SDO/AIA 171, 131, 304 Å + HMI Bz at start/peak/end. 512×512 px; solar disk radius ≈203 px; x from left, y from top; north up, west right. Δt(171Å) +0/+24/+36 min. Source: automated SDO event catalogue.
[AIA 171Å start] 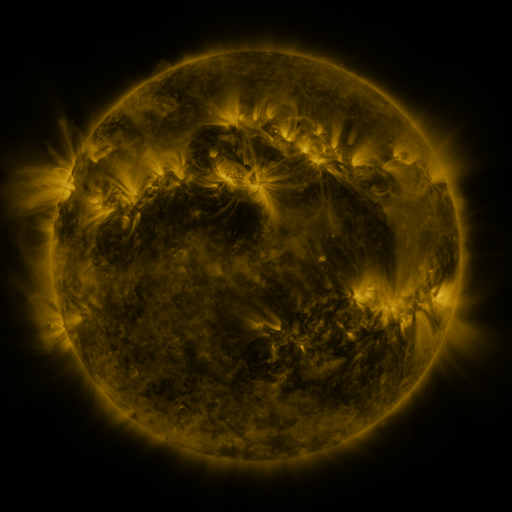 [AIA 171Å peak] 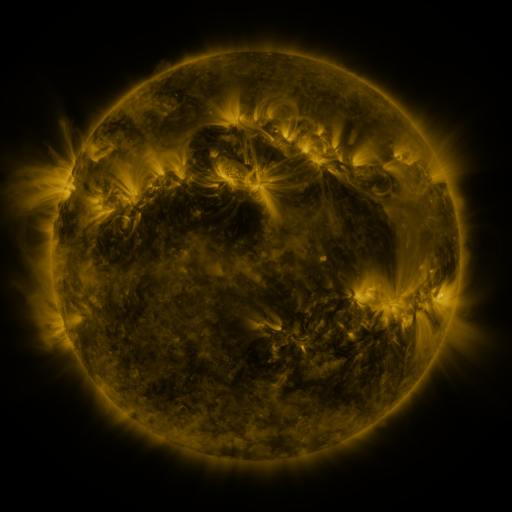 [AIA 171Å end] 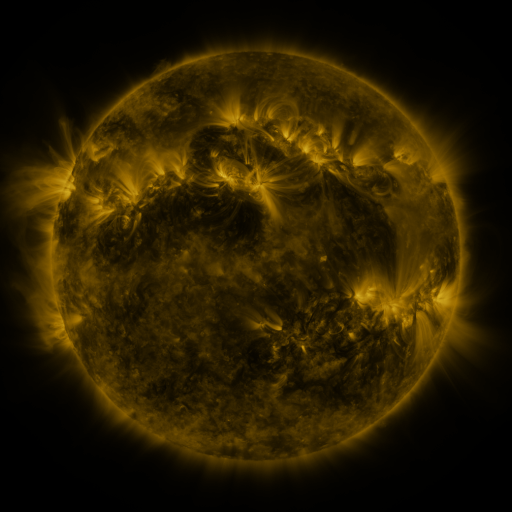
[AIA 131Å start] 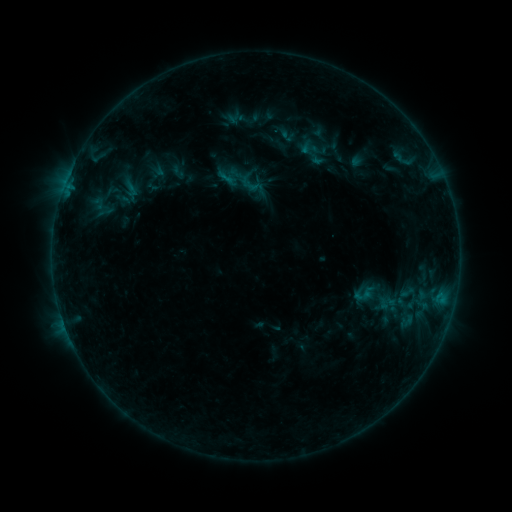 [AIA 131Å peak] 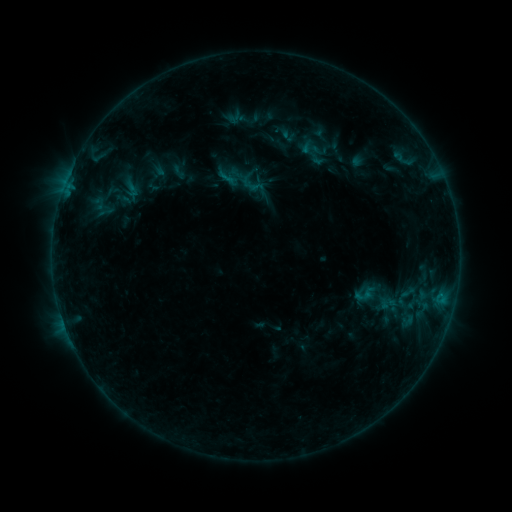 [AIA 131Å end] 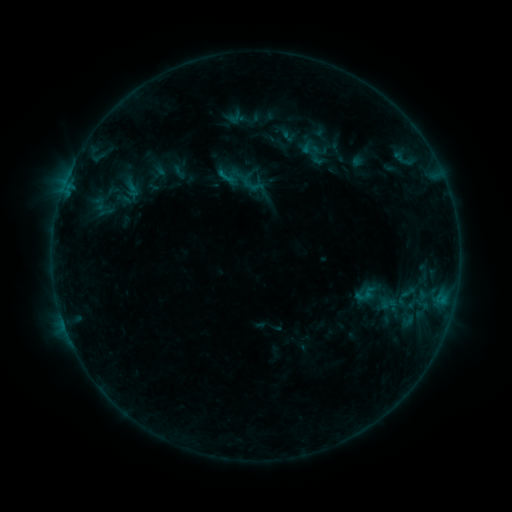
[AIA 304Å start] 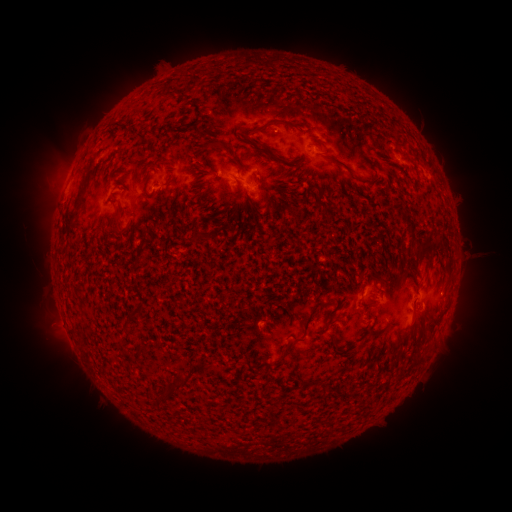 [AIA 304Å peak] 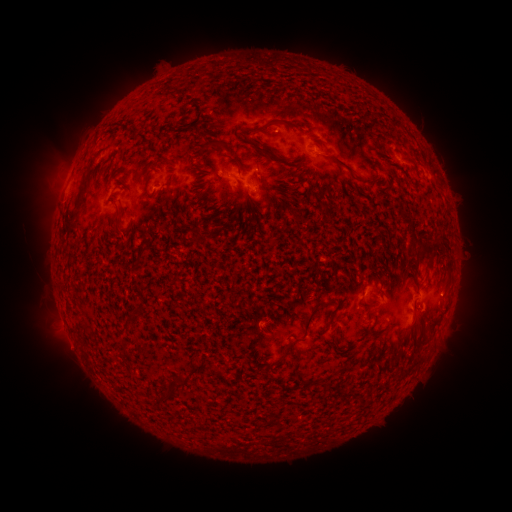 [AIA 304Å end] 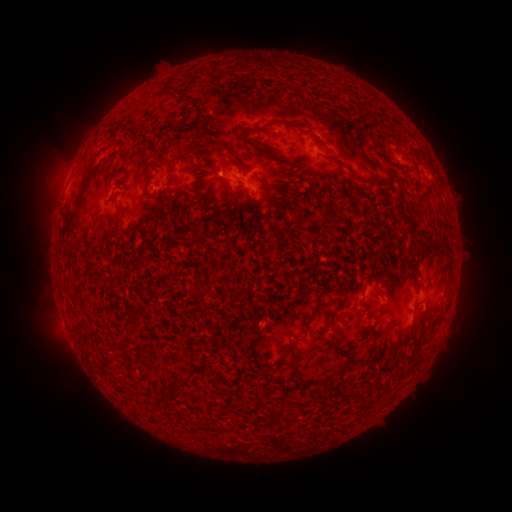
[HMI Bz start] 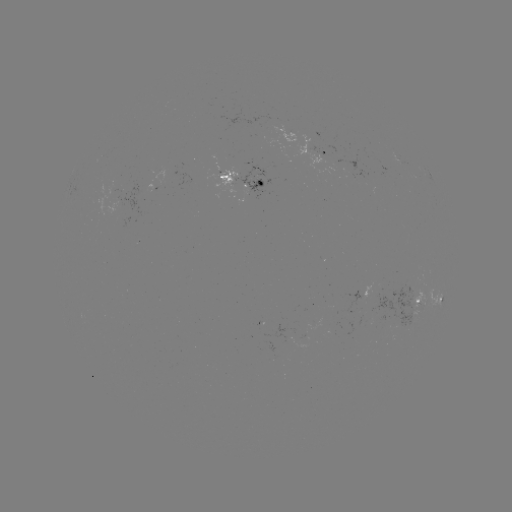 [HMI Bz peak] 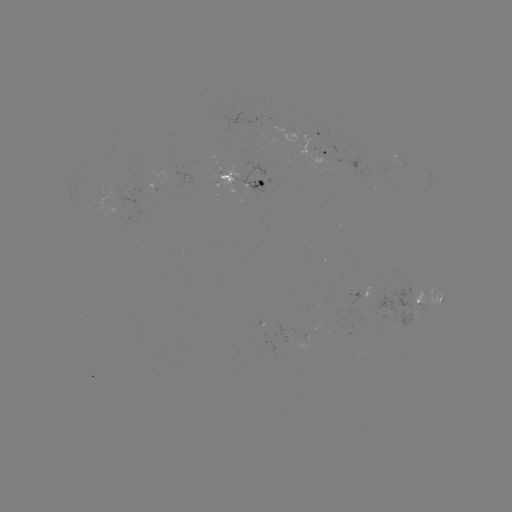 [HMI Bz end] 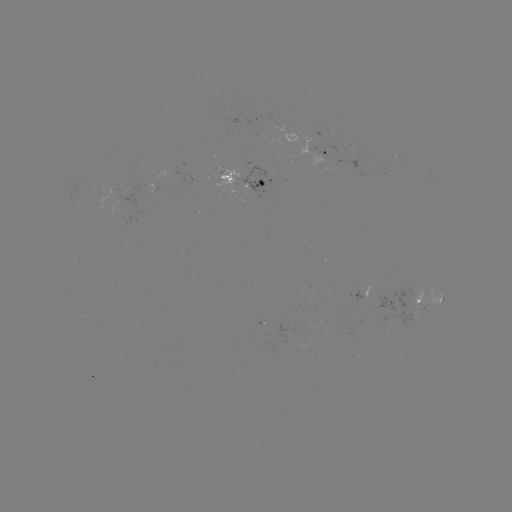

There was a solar emerging-flux region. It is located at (394, 152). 